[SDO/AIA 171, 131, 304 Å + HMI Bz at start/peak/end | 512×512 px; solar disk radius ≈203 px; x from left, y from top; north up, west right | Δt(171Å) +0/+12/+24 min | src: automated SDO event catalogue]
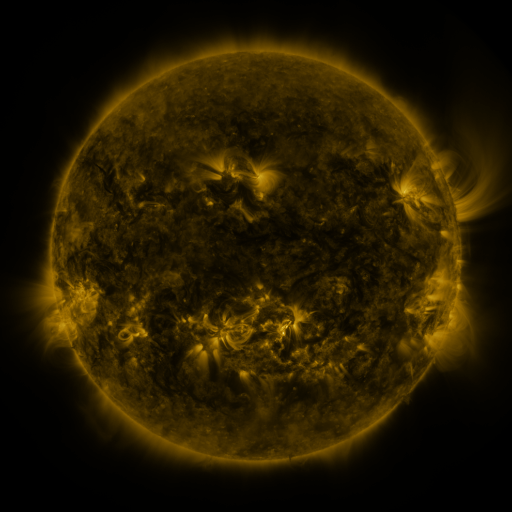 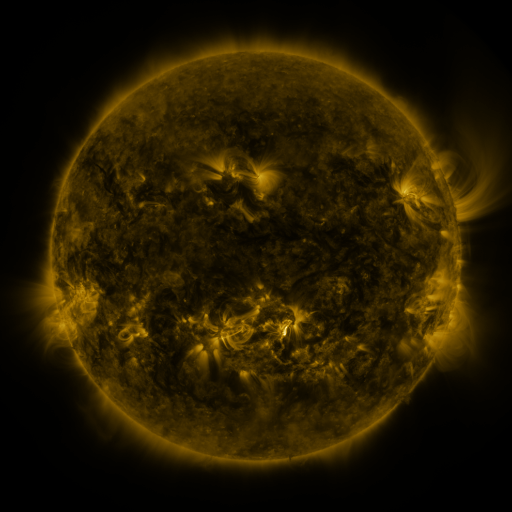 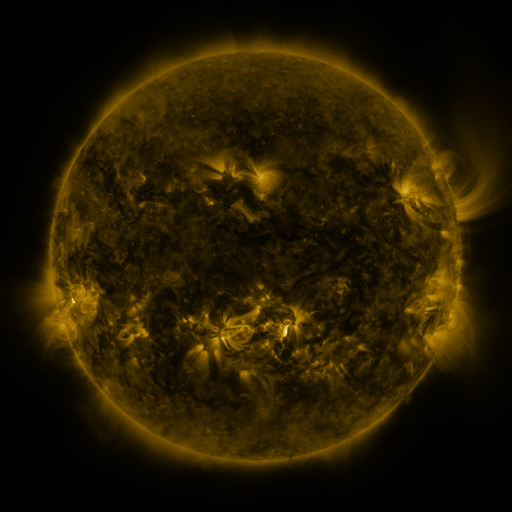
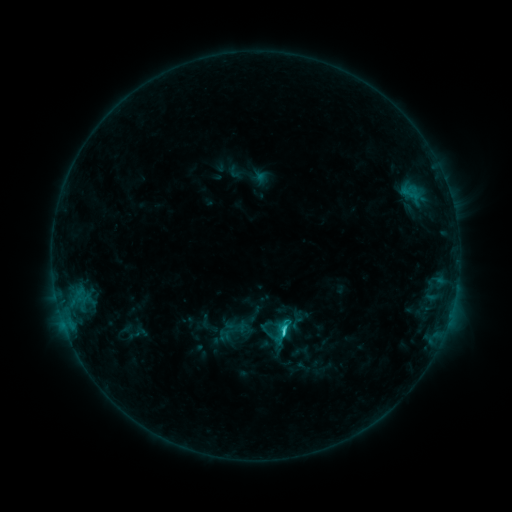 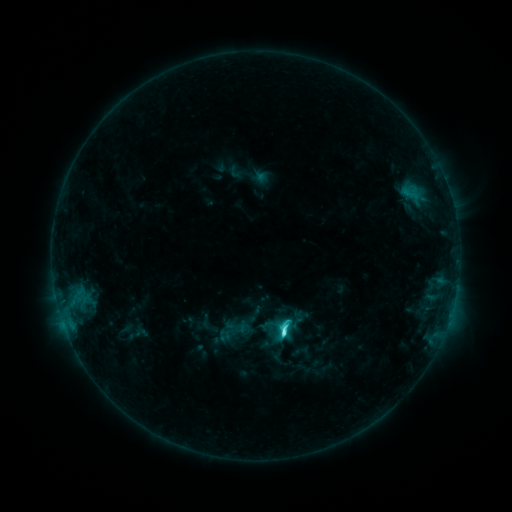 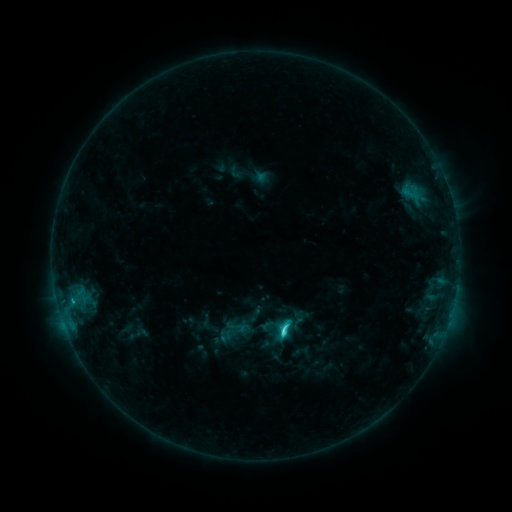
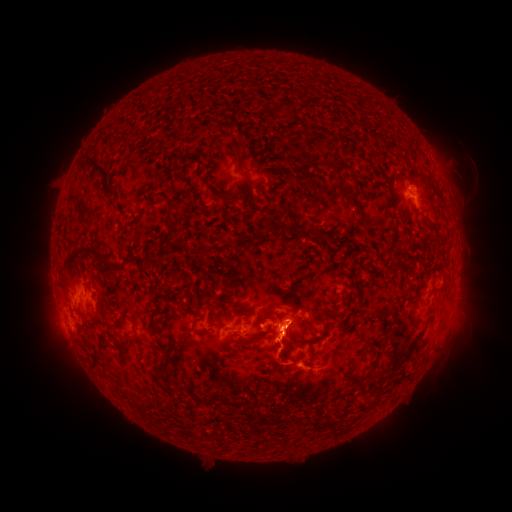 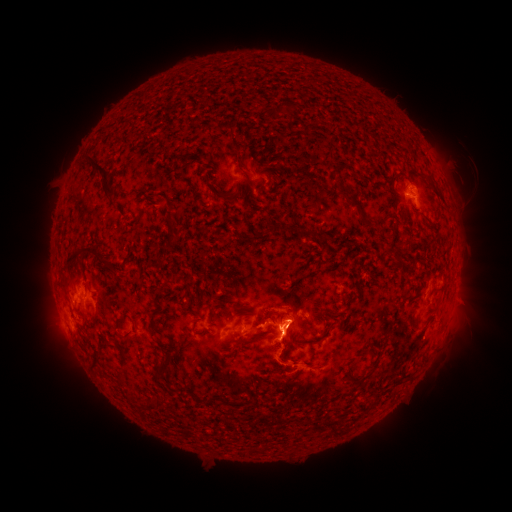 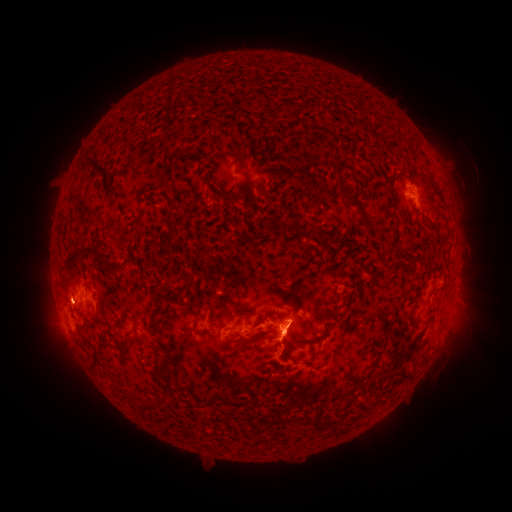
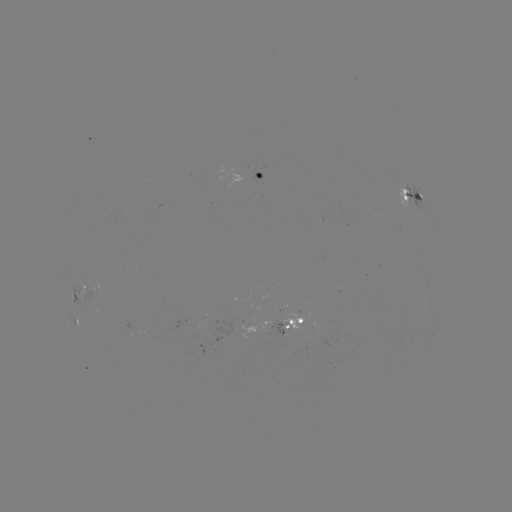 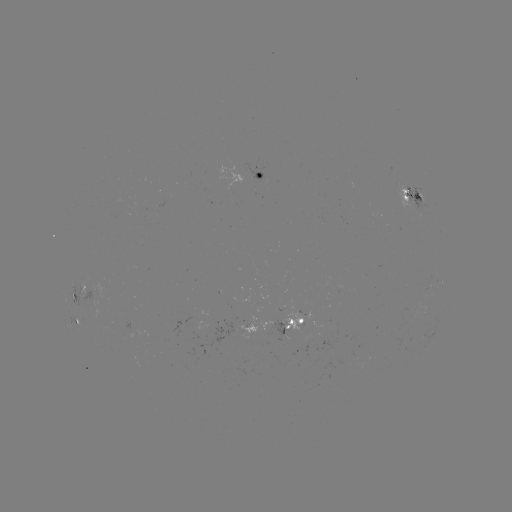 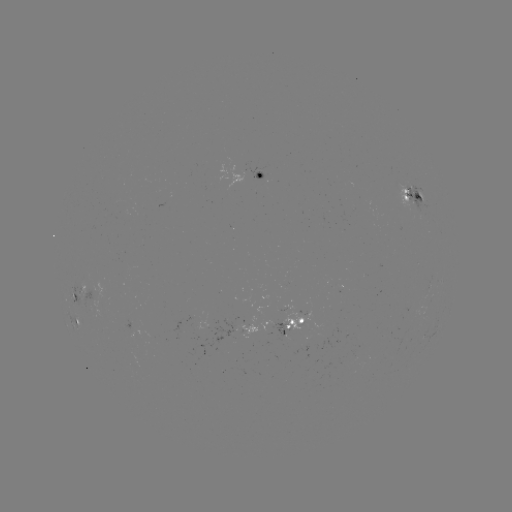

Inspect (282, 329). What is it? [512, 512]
C4.7 flare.